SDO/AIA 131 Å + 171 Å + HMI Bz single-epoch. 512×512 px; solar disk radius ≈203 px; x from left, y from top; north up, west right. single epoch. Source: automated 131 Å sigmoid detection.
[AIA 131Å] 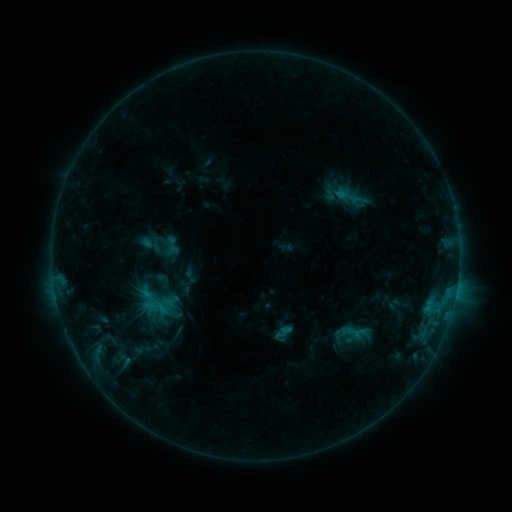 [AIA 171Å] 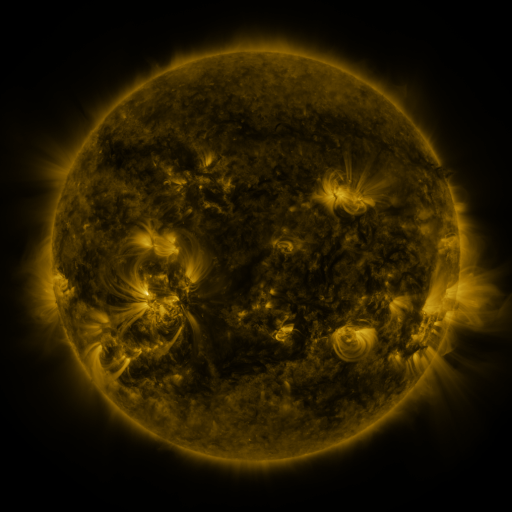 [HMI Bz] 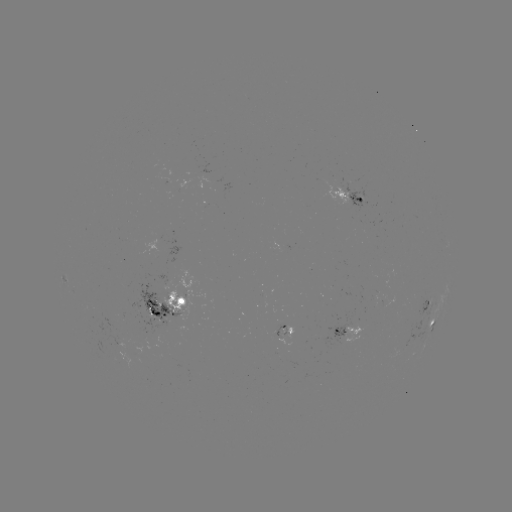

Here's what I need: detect sigmoid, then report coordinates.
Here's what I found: sigmoid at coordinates [350, 196].